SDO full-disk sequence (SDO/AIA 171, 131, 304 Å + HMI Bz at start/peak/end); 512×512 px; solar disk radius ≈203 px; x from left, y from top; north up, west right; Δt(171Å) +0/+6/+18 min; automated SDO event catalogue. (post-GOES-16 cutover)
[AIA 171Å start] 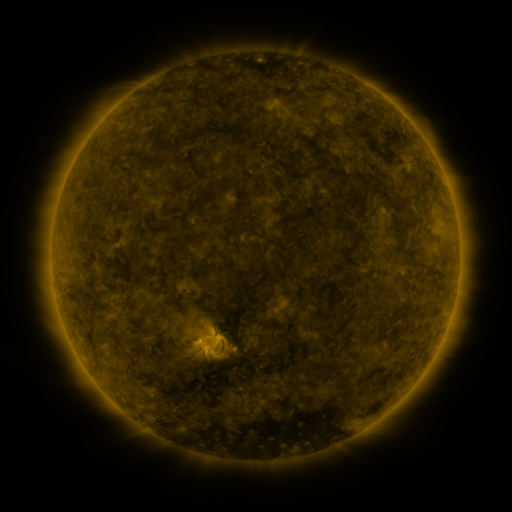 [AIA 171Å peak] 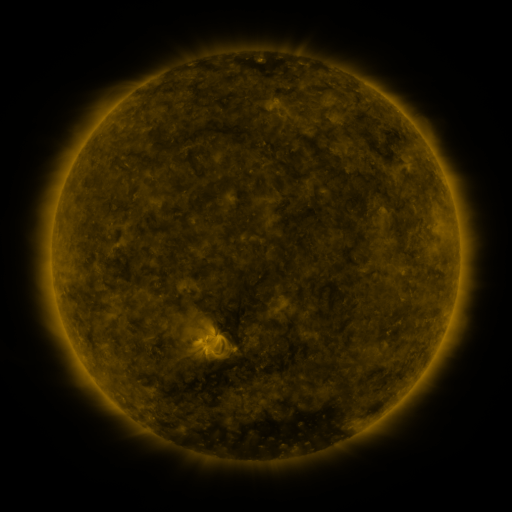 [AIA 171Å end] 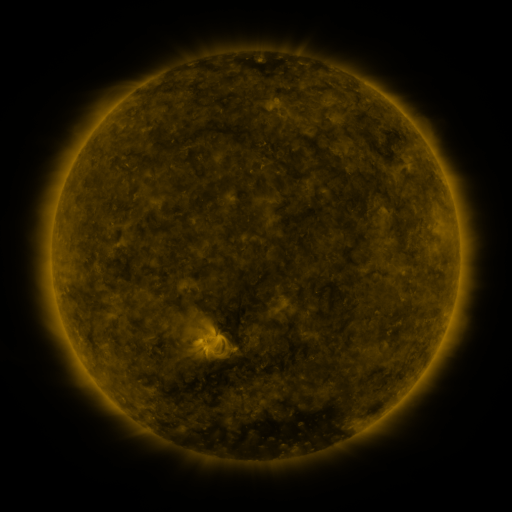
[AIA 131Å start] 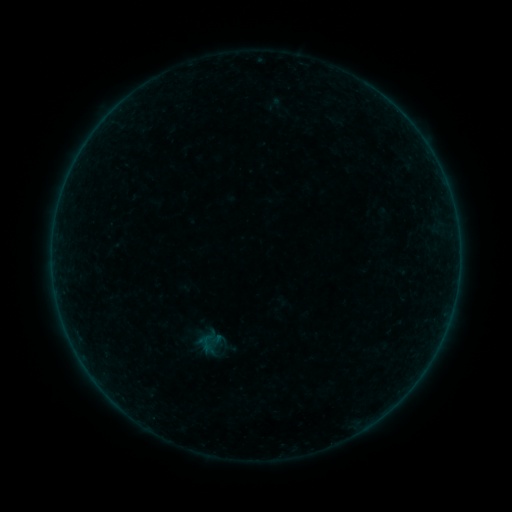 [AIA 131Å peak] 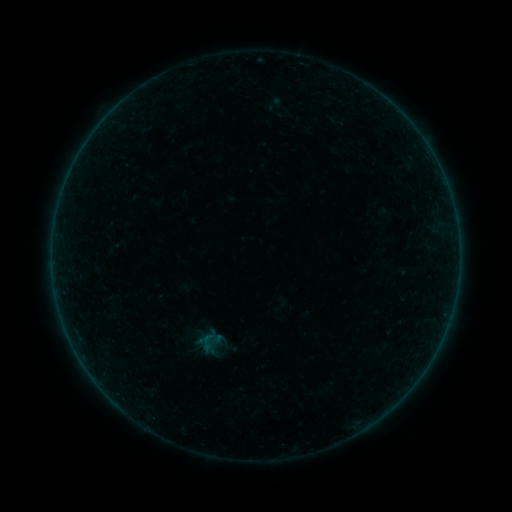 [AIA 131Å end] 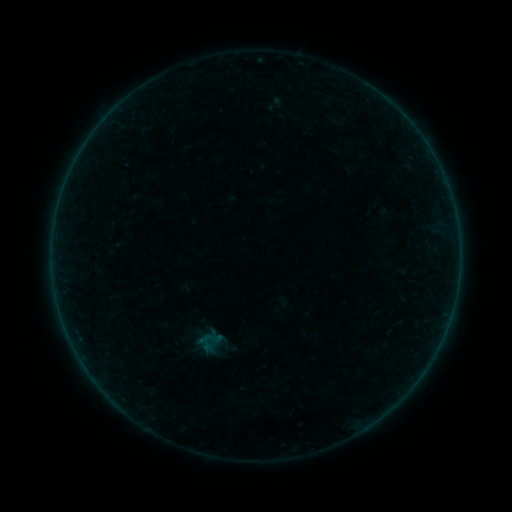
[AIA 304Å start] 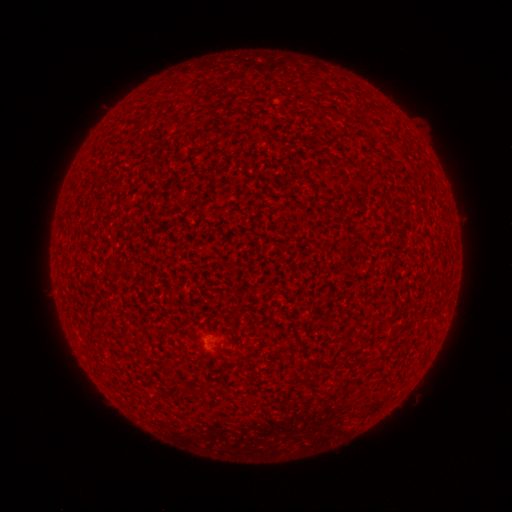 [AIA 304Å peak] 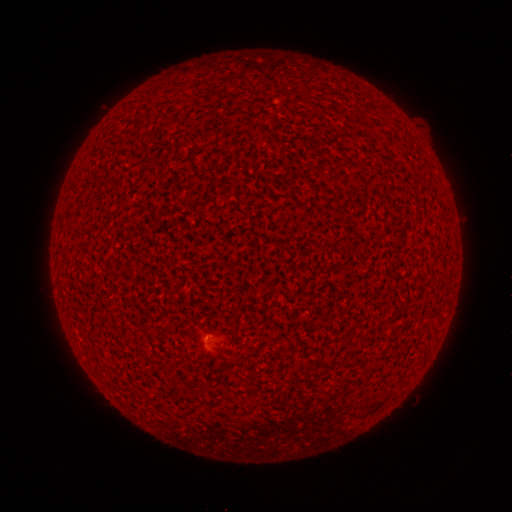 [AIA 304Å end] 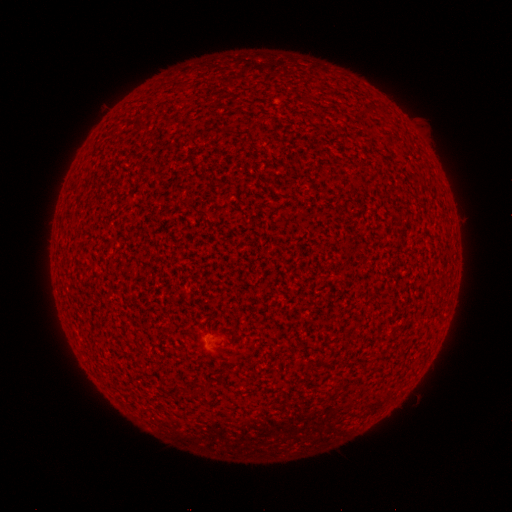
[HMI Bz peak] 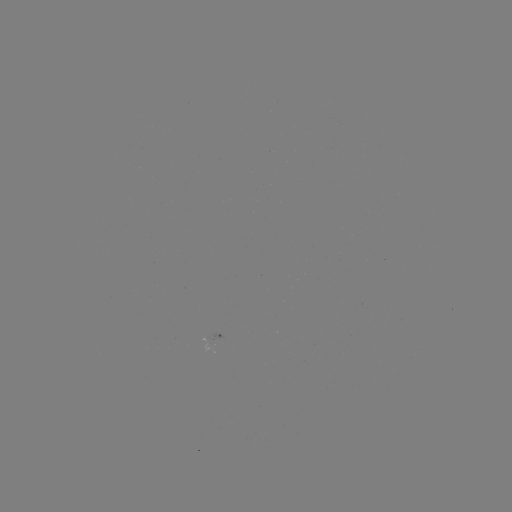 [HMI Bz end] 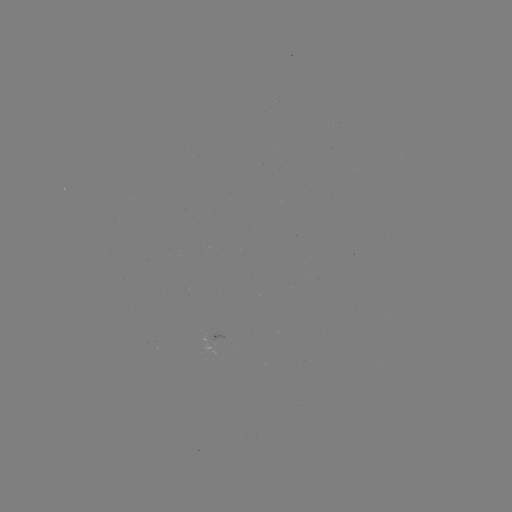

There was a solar flare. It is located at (207, 335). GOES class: A1.1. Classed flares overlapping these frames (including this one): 1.